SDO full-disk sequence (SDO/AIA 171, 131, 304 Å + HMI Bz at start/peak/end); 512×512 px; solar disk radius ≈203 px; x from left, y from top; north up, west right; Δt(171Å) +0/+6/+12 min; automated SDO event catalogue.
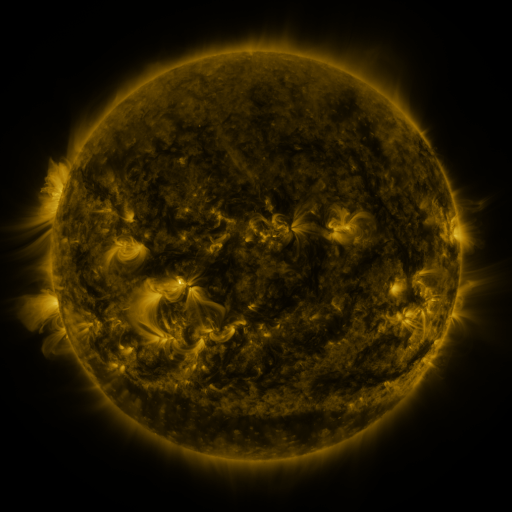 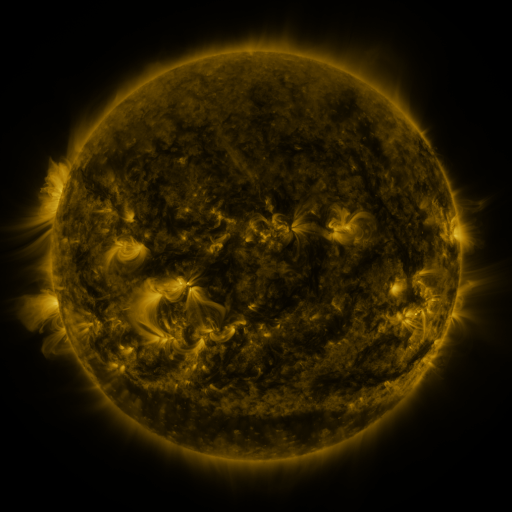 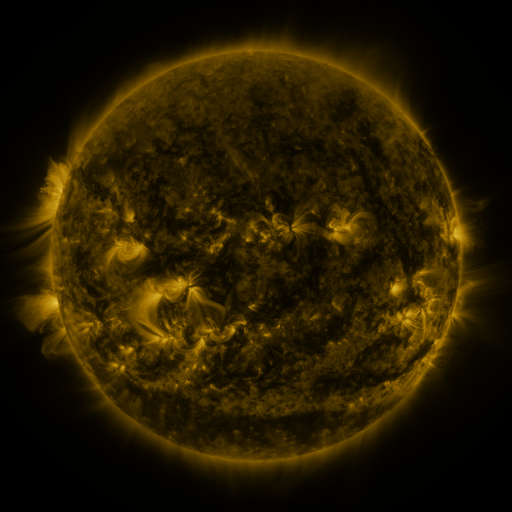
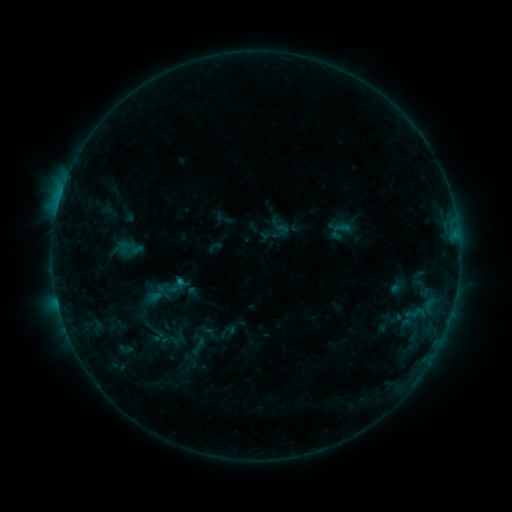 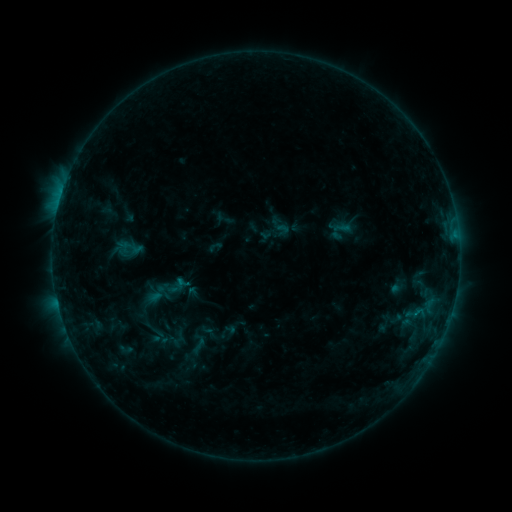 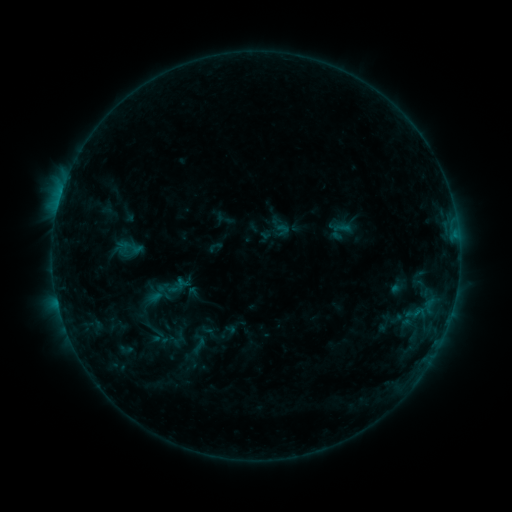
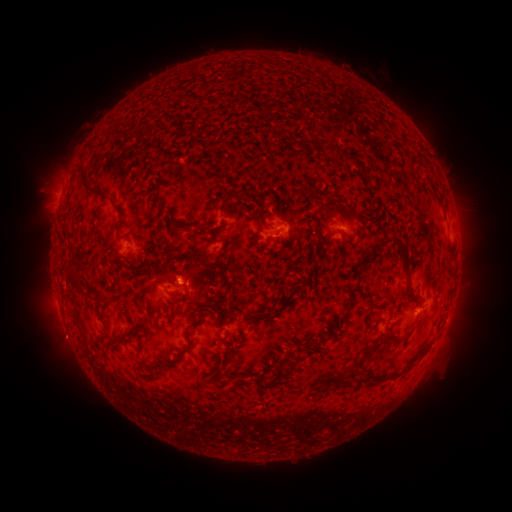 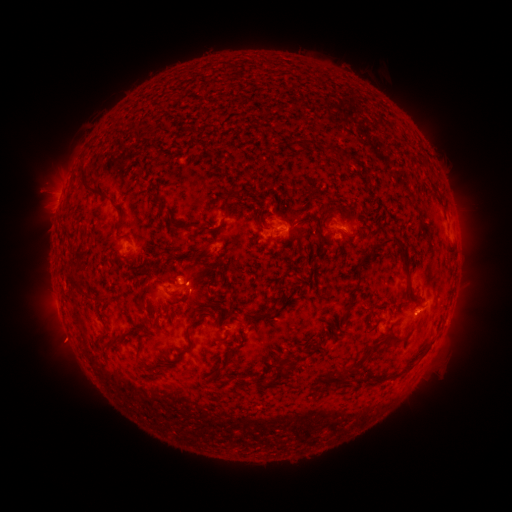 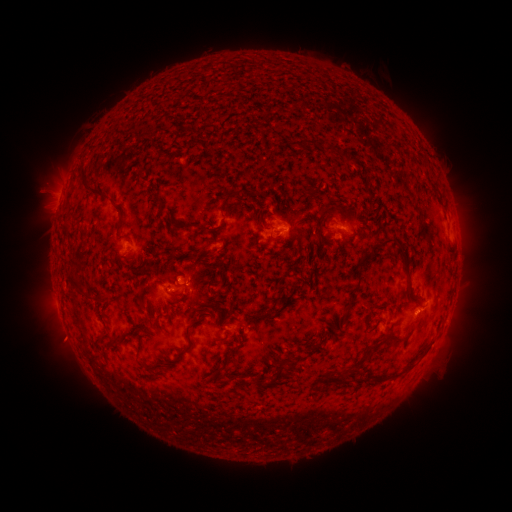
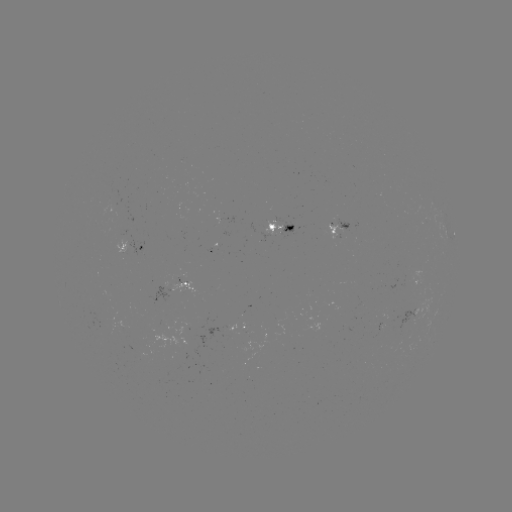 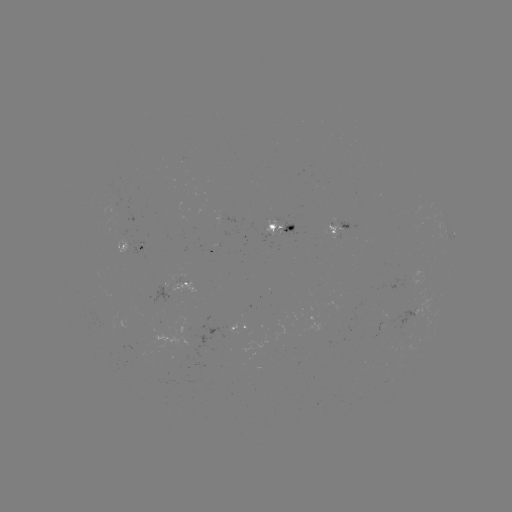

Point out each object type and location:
eruption: (66, 341)
